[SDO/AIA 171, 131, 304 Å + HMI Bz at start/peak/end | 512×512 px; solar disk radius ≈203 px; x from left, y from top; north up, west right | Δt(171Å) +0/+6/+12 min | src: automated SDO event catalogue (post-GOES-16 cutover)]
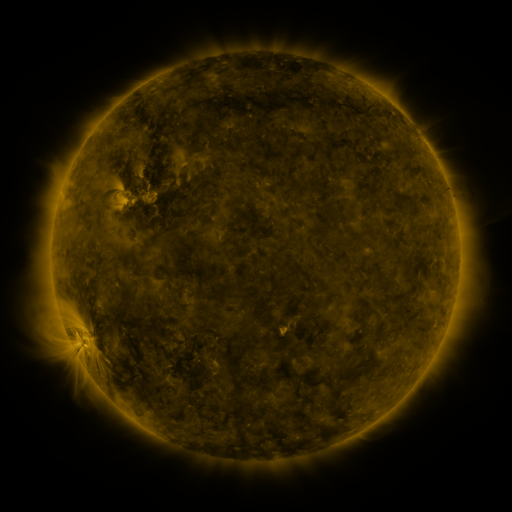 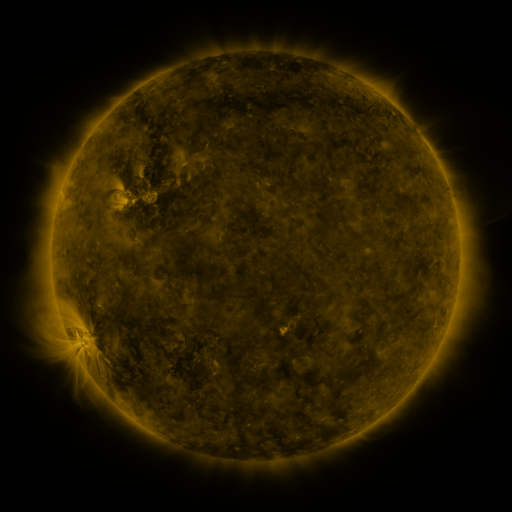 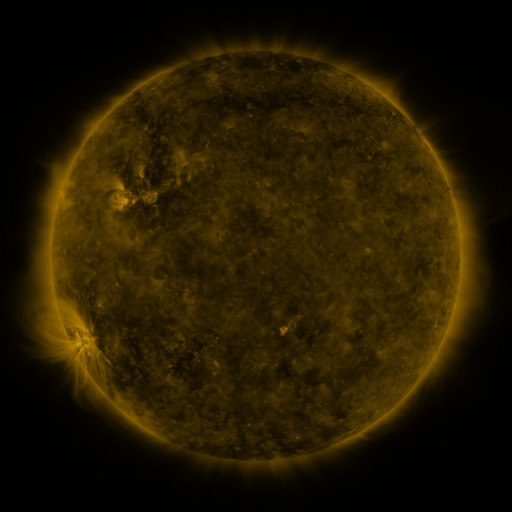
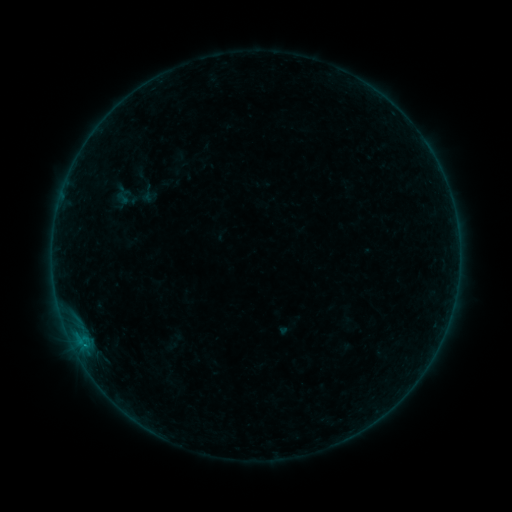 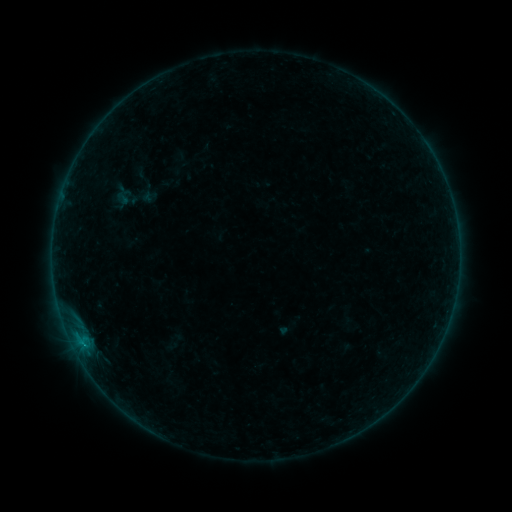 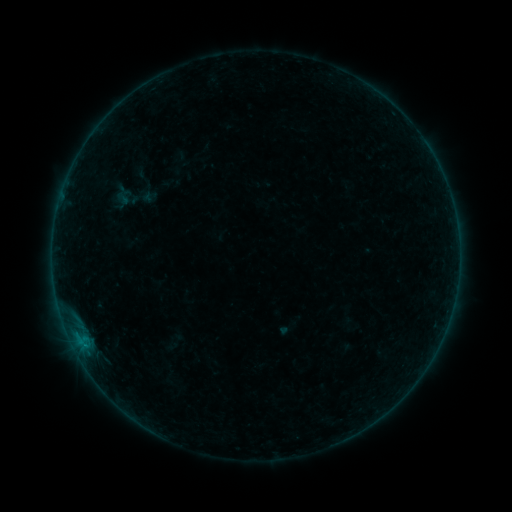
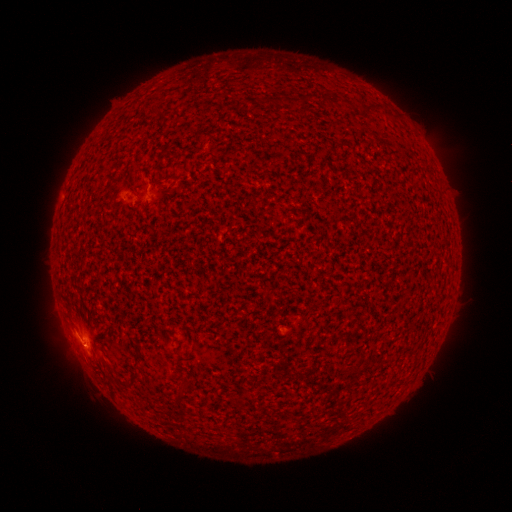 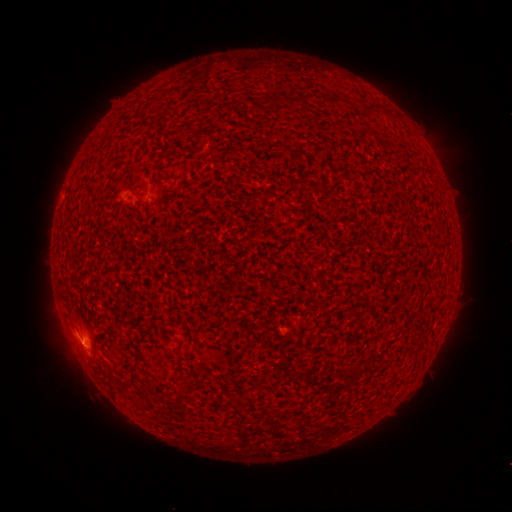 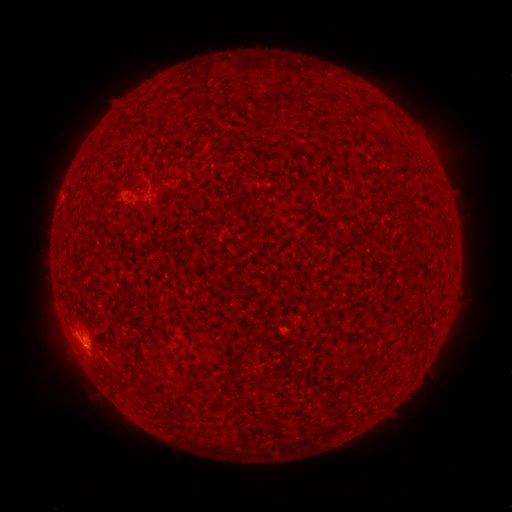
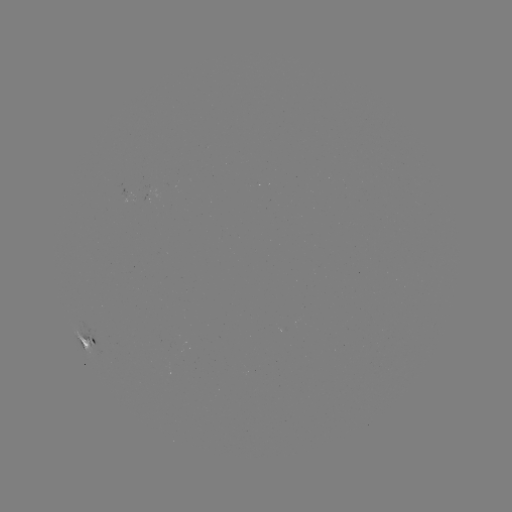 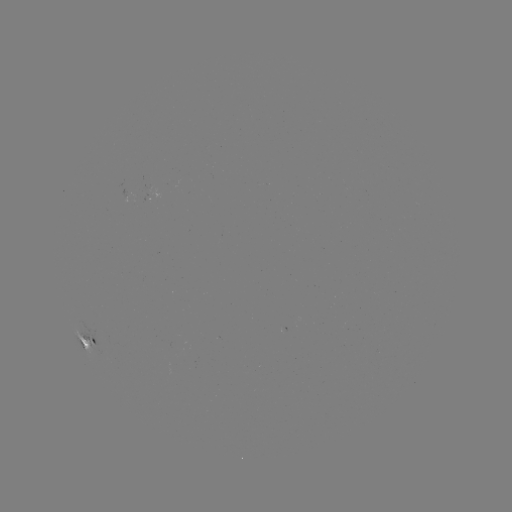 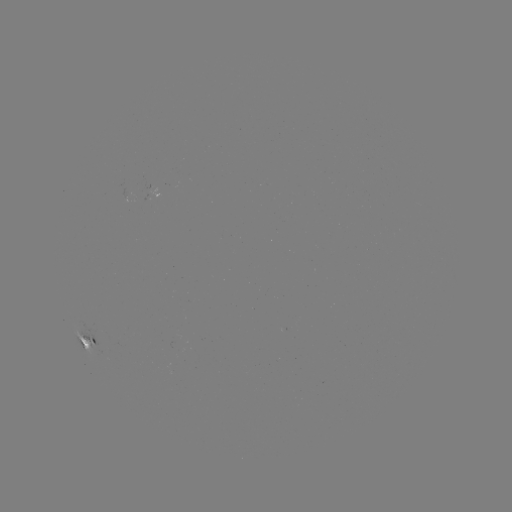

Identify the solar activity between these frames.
B2.9 flare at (83, 343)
